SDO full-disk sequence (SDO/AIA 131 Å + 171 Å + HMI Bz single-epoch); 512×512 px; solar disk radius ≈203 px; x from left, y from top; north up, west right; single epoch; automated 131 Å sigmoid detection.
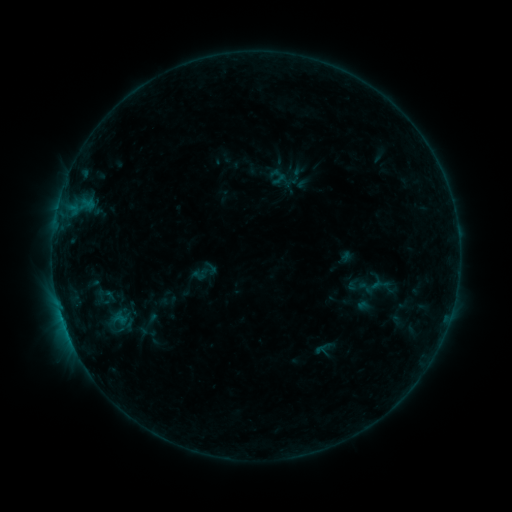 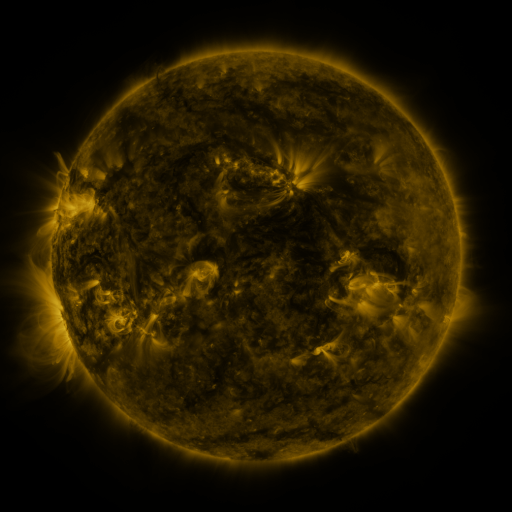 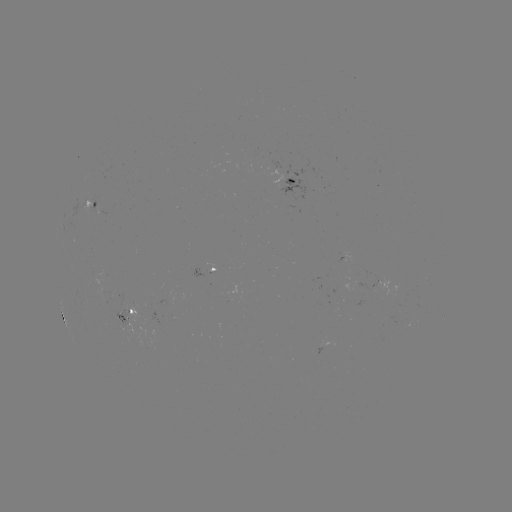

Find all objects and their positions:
sigmoid: (201, 274)
